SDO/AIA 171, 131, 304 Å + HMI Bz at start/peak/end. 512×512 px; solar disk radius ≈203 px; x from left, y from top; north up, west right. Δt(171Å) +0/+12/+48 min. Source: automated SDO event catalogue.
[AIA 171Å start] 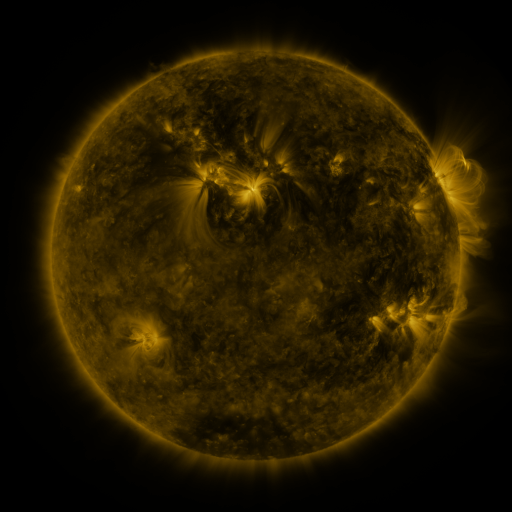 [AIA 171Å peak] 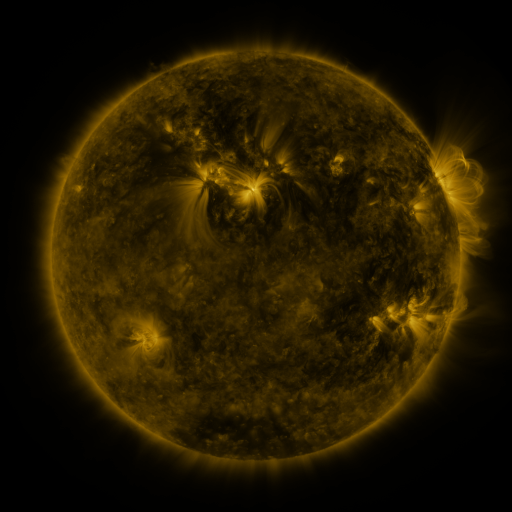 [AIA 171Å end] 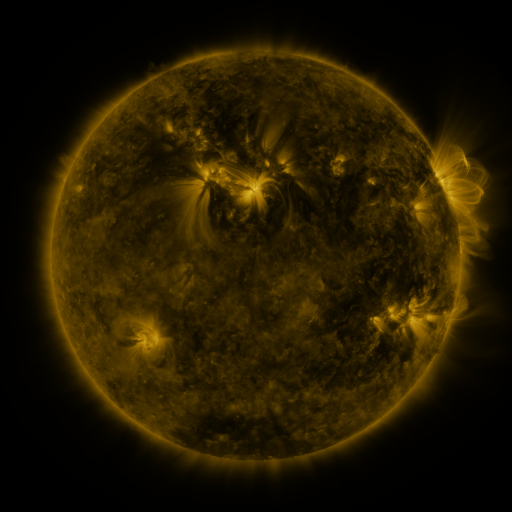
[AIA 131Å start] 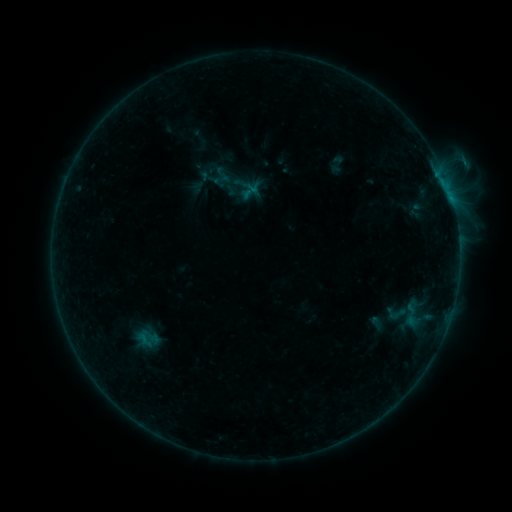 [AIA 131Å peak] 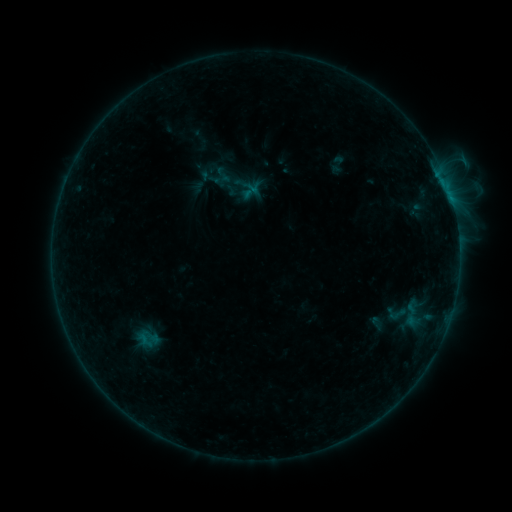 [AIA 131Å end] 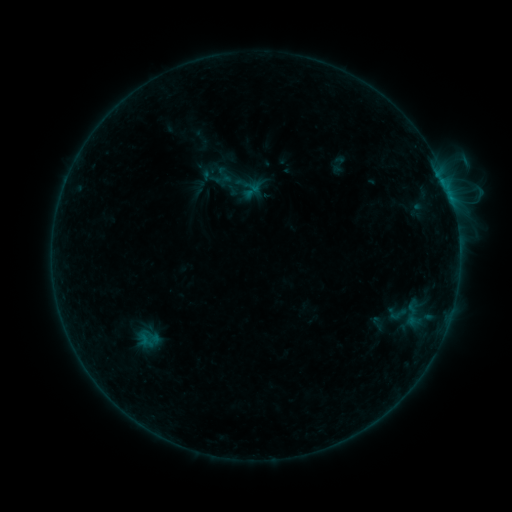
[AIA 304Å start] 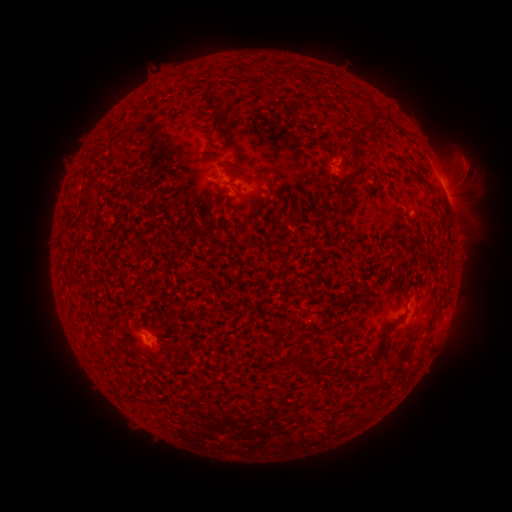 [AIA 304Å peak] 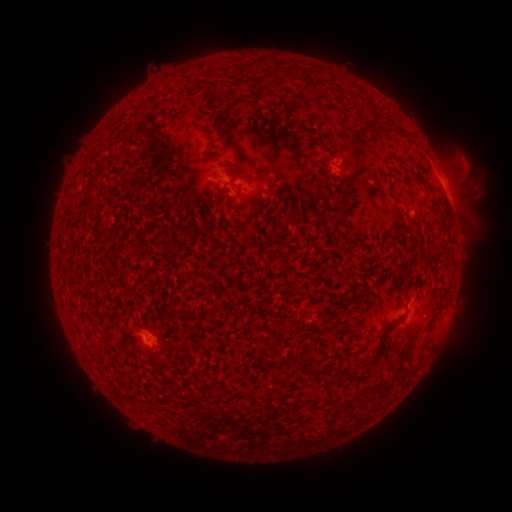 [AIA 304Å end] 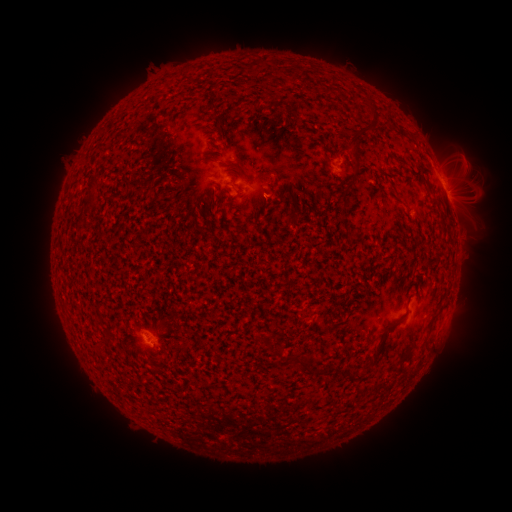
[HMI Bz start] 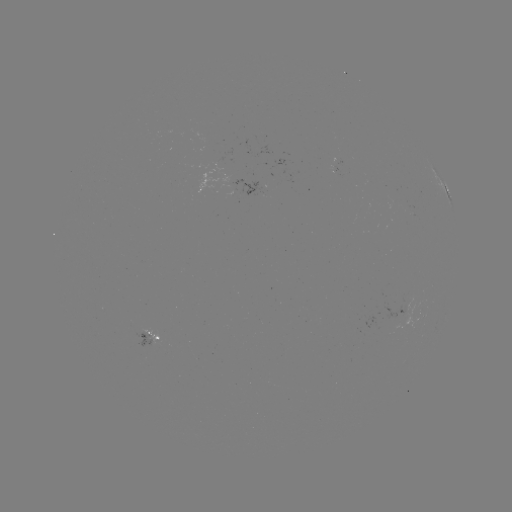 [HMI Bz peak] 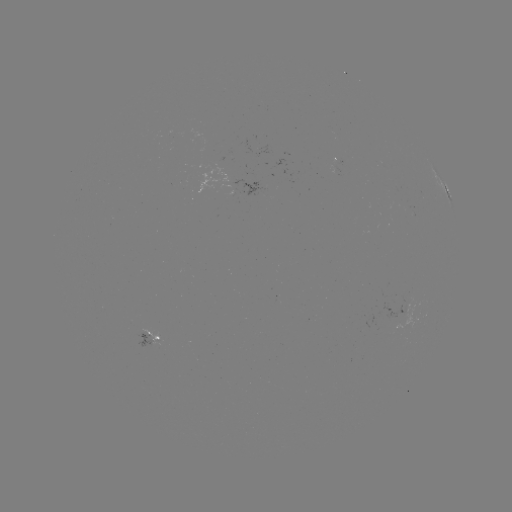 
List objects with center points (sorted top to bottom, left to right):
emerging-flux region: (149, 341)
